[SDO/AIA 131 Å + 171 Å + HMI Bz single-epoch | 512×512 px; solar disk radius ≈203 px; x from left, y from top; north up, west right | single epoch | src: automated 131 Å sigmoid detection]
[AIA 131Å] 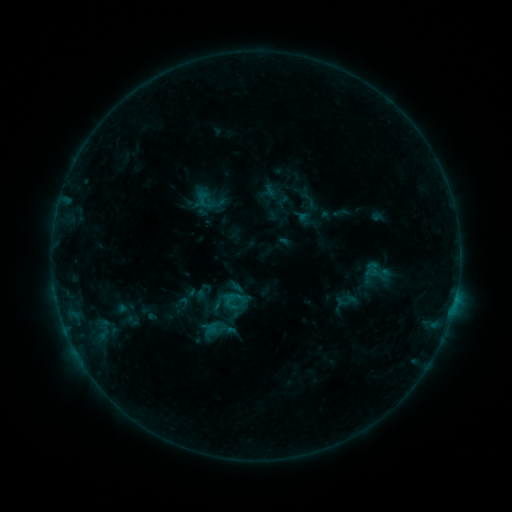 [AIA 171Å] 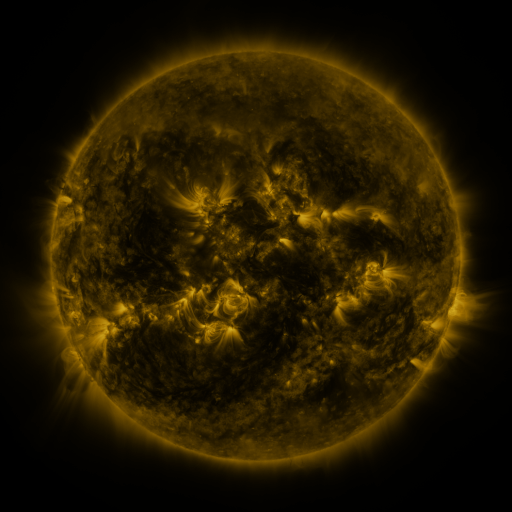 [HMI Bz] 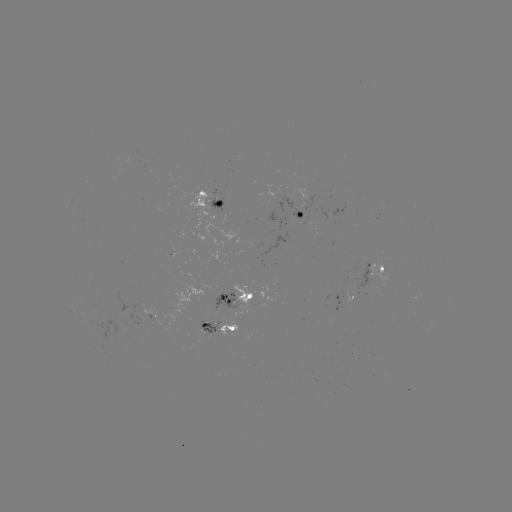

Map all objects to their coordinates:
sigmoid: (195, 191, 210, 206)
sigmoid: (191, 289, 214, 310)
